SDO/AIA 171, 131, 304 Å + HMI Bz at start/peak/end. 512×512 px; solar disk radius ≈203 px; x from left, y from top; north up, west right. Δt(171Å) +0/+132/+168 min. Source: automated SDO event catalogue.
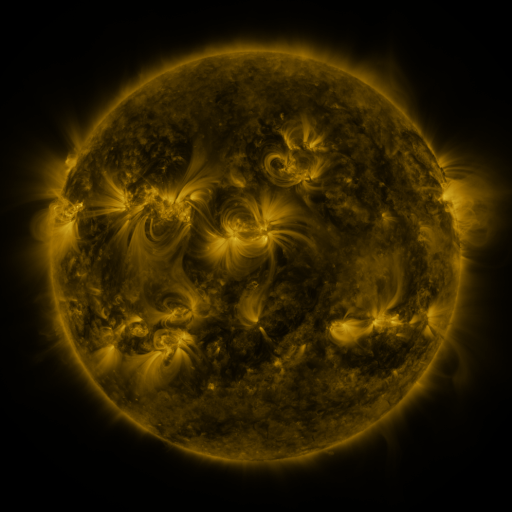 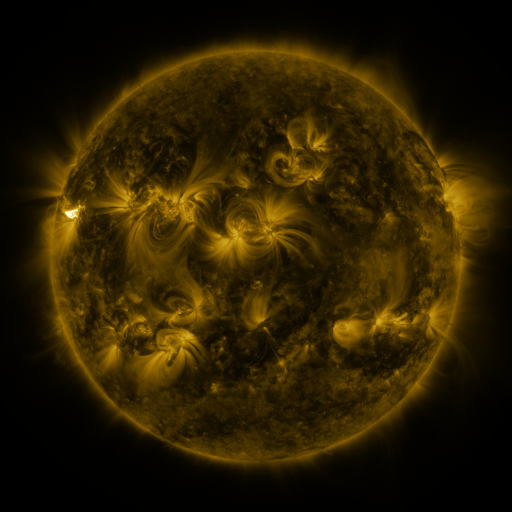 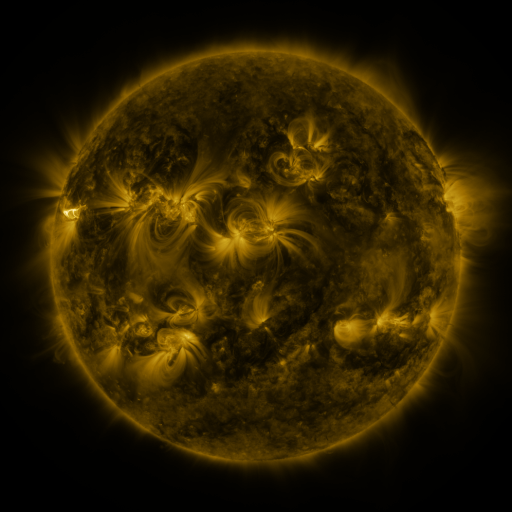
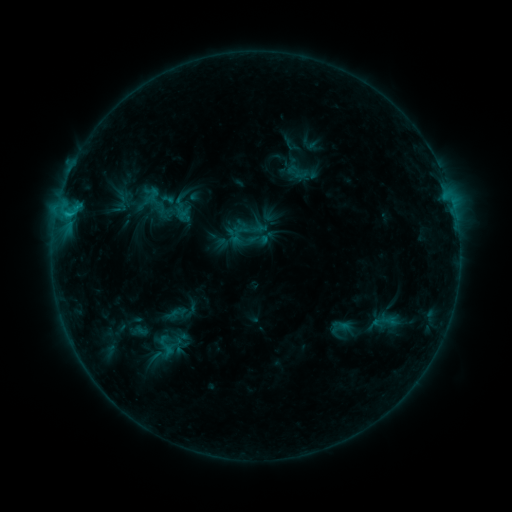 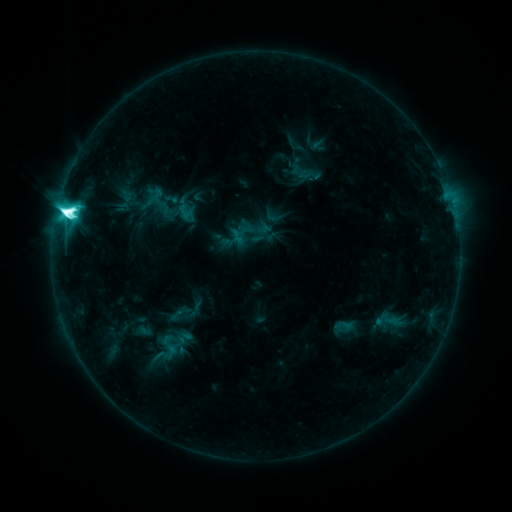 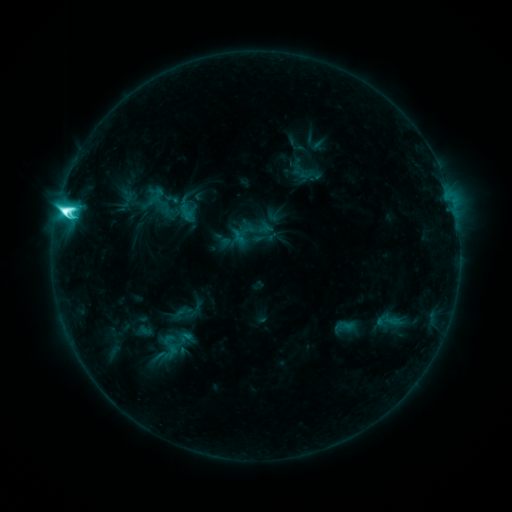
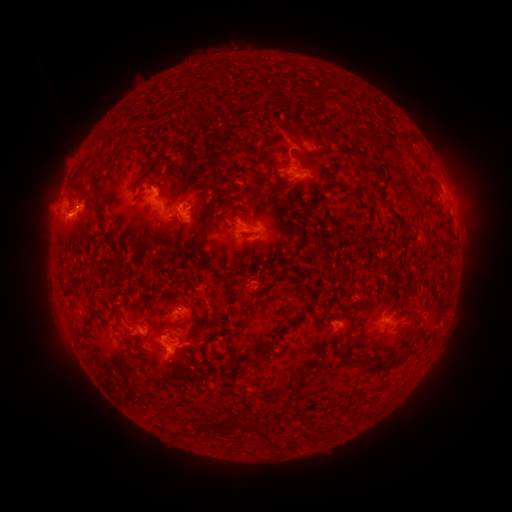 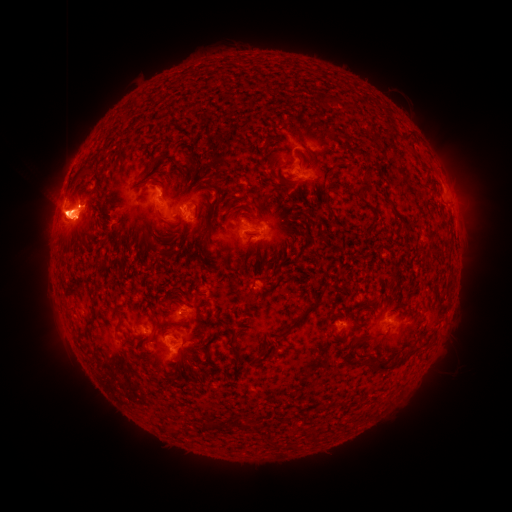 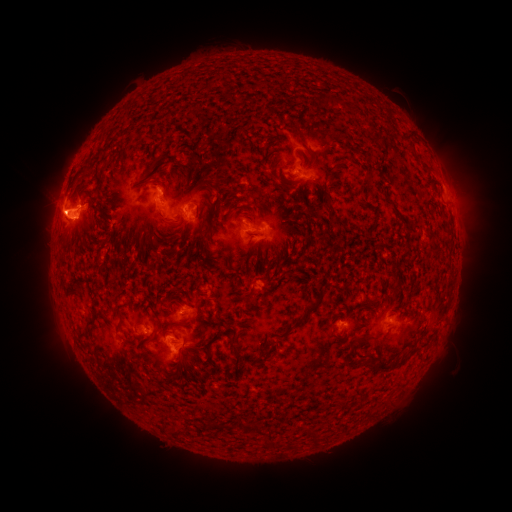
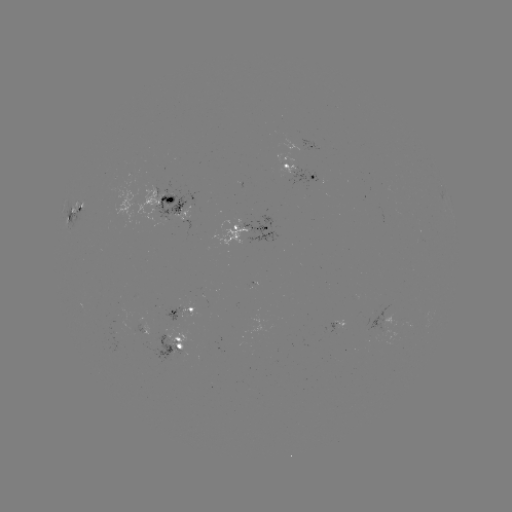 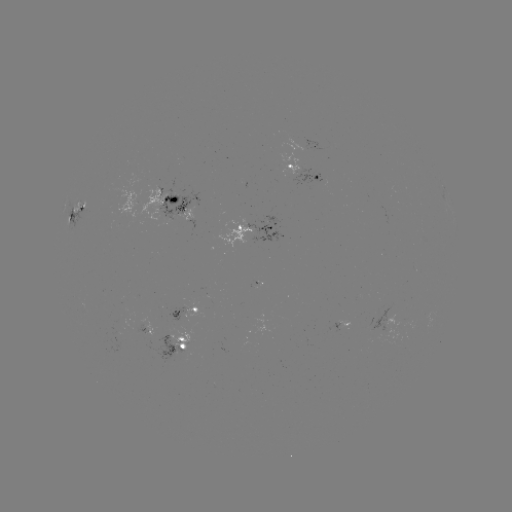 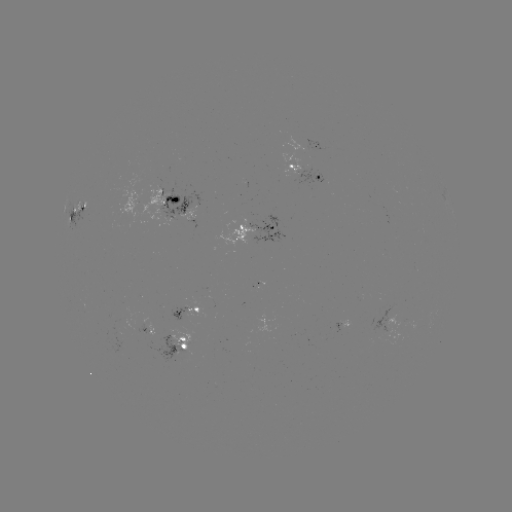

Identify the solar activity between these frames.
emerging-flux region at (256, 284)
